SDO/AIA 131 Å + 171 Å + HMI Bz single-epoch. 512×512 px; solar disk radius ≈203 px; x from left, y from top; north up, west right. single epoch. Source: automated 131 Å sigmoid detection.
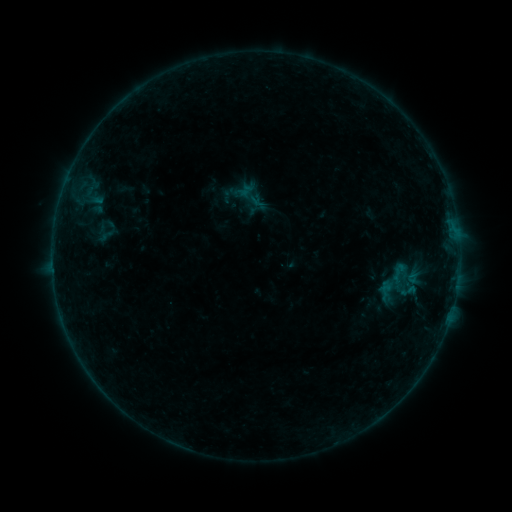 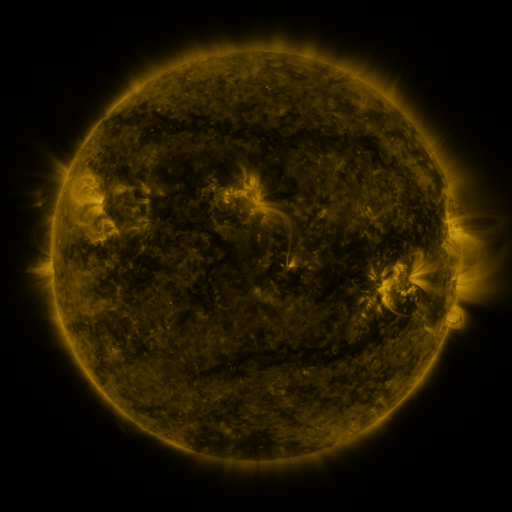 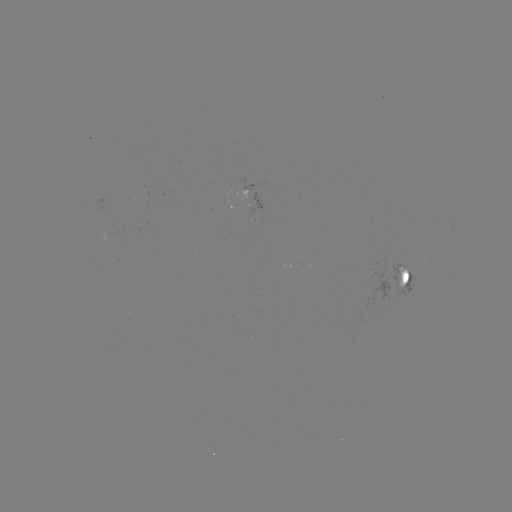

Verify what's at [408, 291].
sigmoid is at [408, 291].